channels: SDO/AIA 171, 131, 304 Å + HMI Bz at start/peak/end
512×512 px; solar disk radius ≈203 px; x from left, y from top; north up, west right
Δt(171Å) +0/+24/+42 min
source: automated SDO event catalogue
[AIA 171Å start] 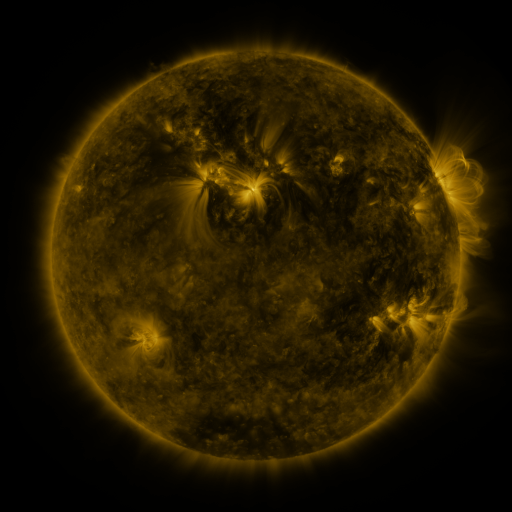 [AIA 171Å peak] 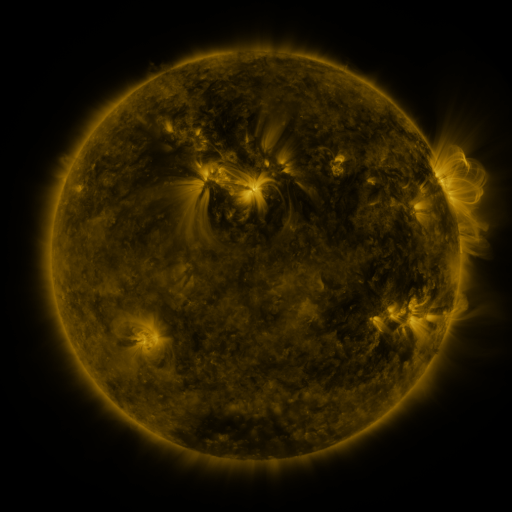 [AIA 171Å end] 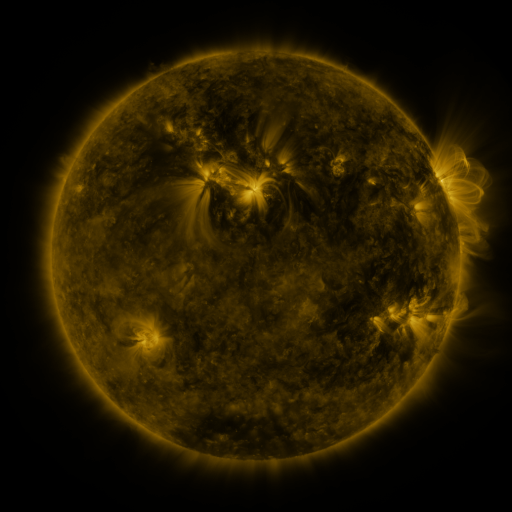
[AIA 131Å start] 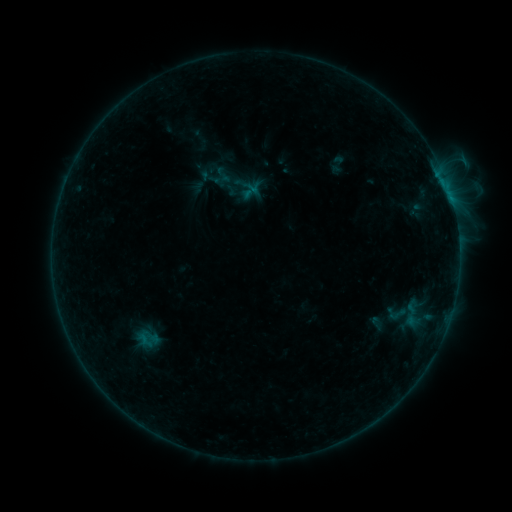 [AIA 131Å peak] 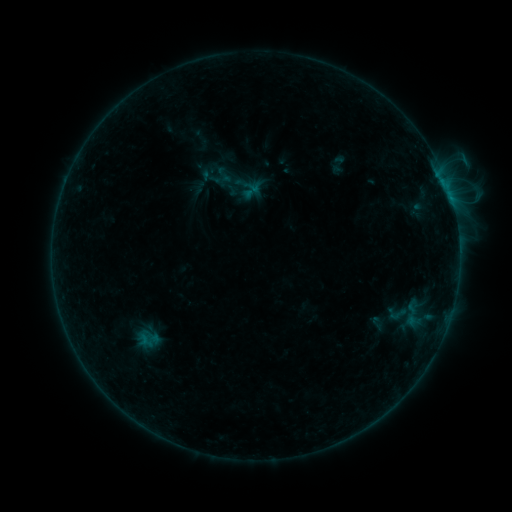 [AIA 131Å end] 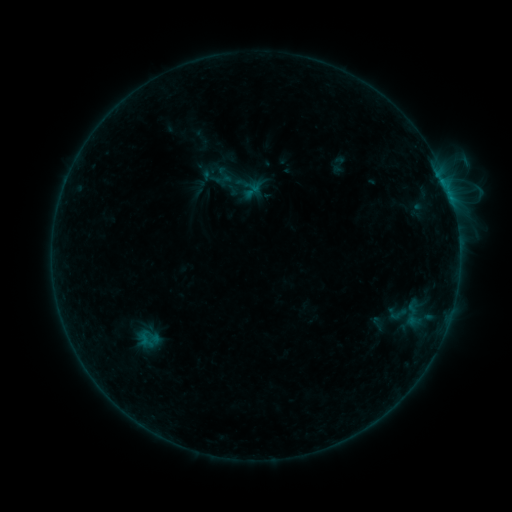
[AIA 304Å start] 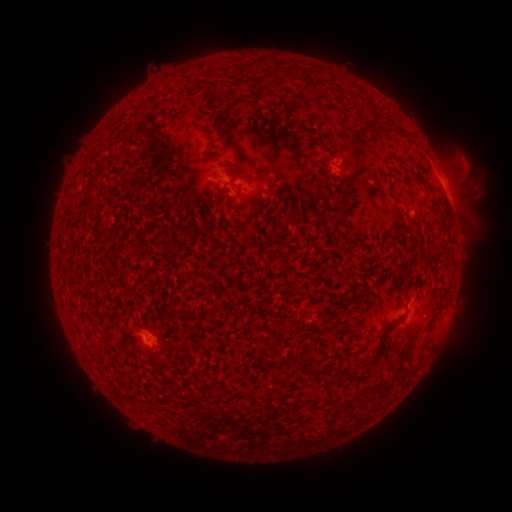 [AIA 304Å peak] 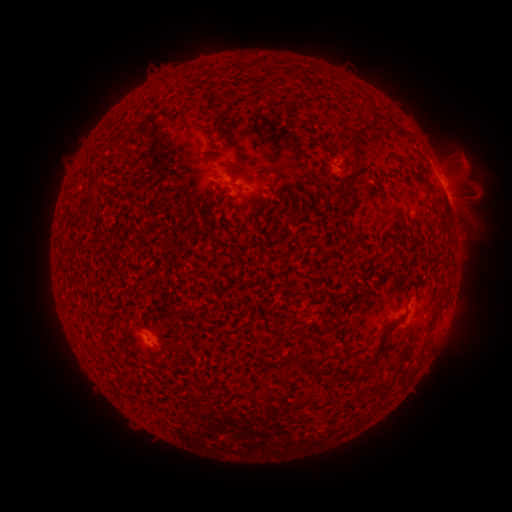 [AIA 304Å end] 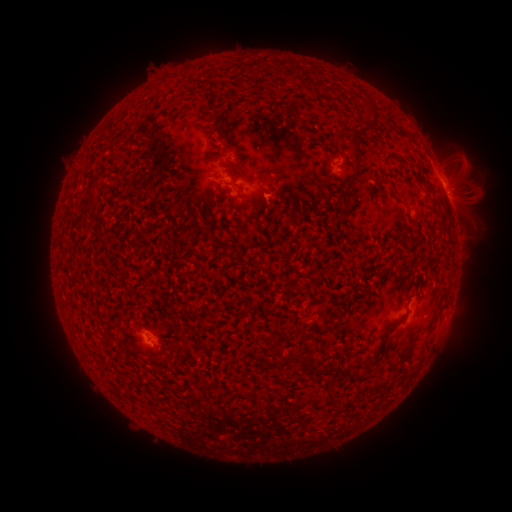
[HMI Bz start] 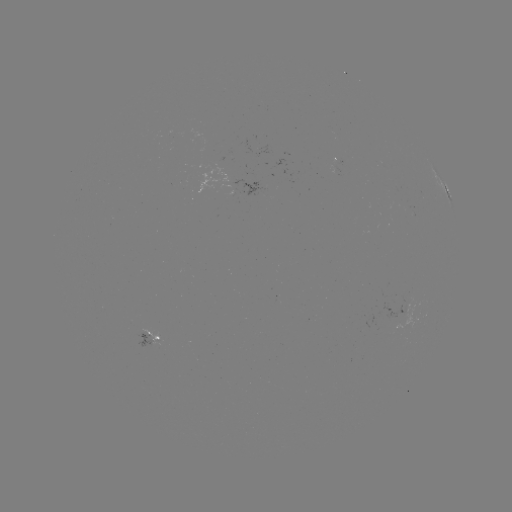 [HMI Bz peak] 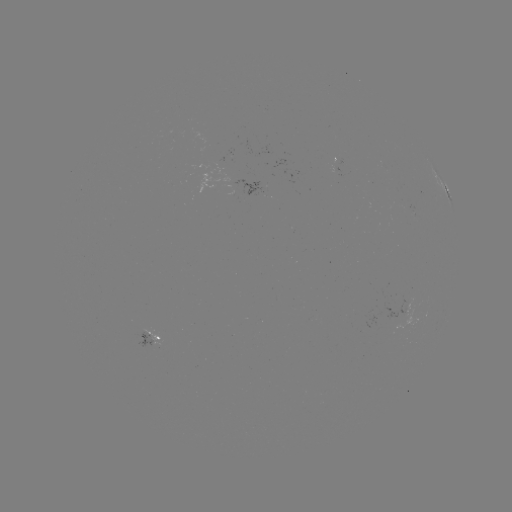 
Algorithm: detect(emerging-flux region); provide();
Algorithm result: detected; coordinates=[150, 341]